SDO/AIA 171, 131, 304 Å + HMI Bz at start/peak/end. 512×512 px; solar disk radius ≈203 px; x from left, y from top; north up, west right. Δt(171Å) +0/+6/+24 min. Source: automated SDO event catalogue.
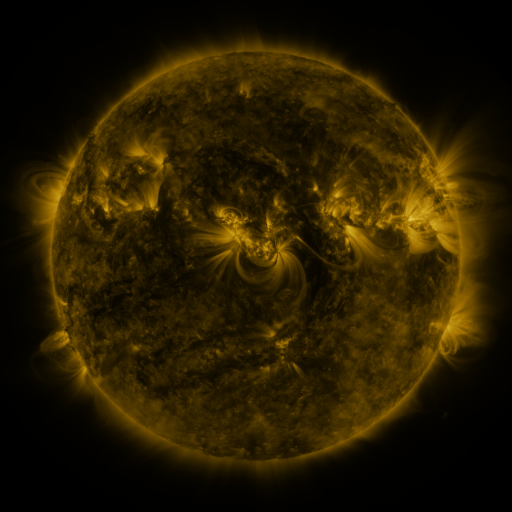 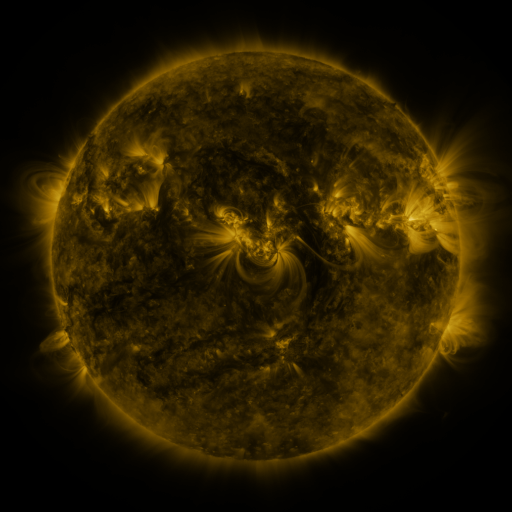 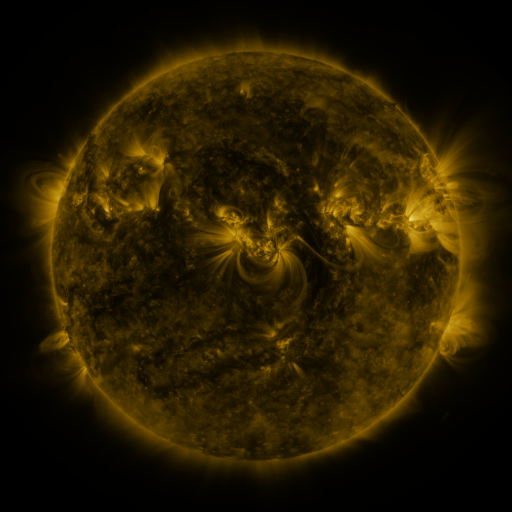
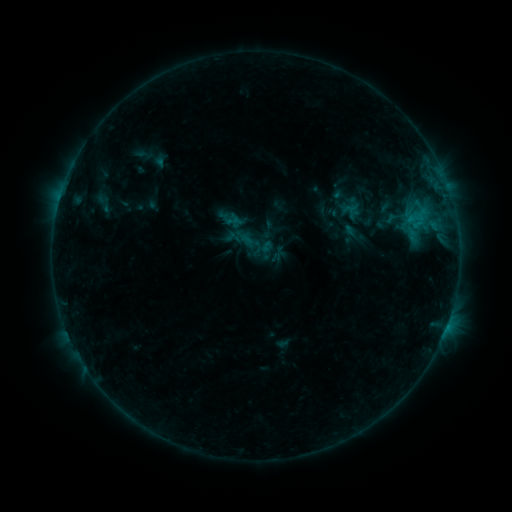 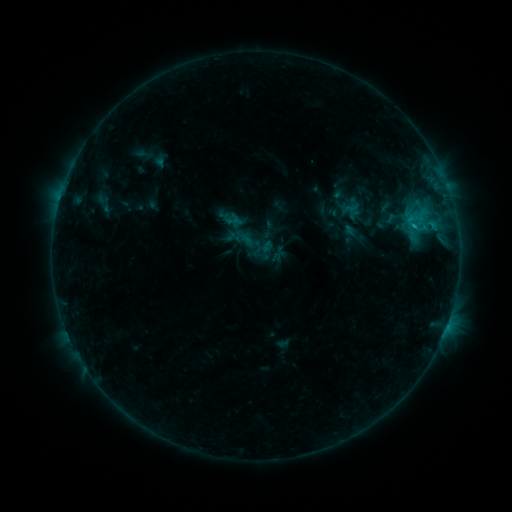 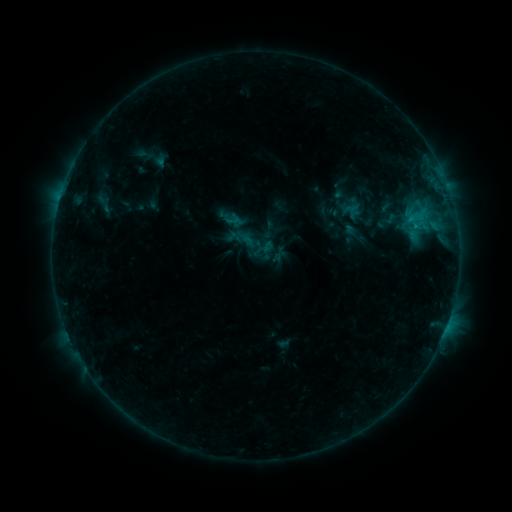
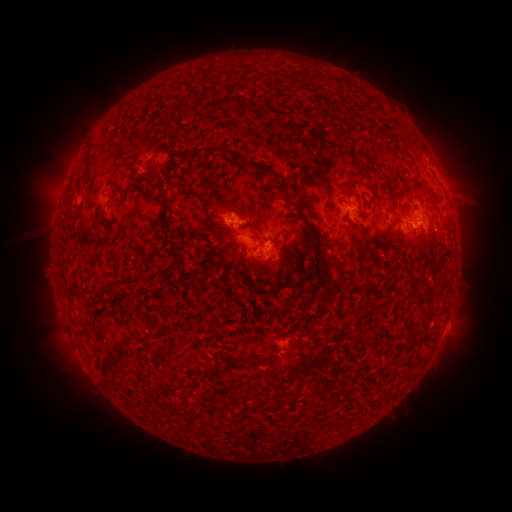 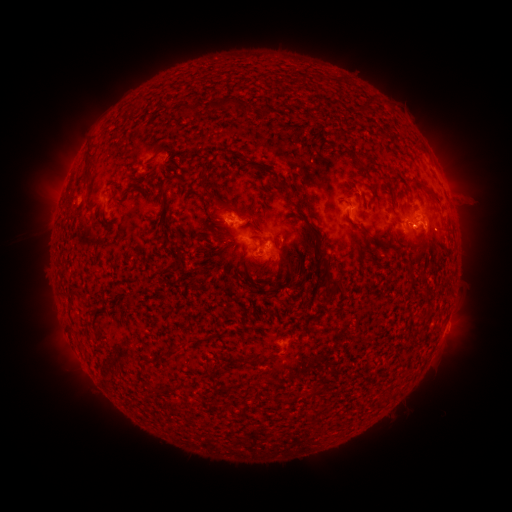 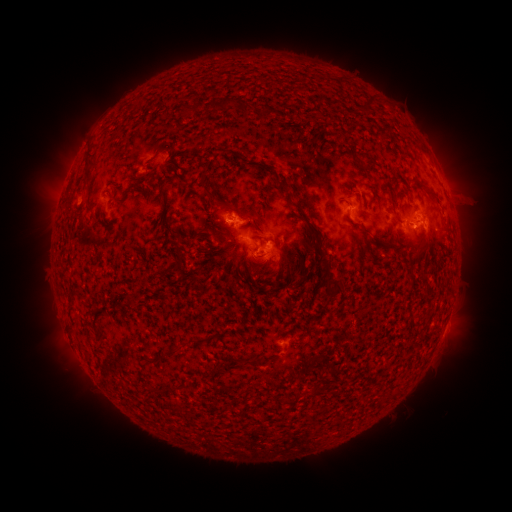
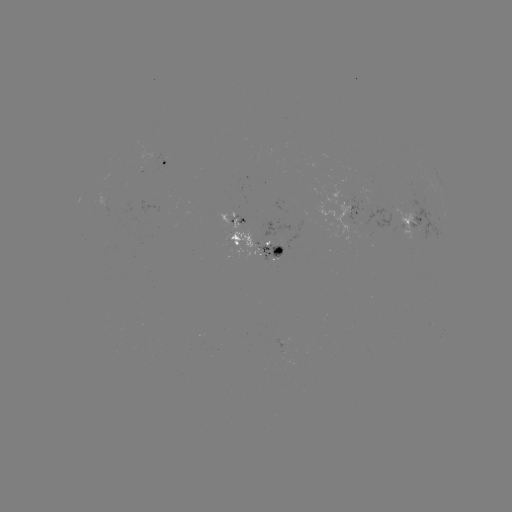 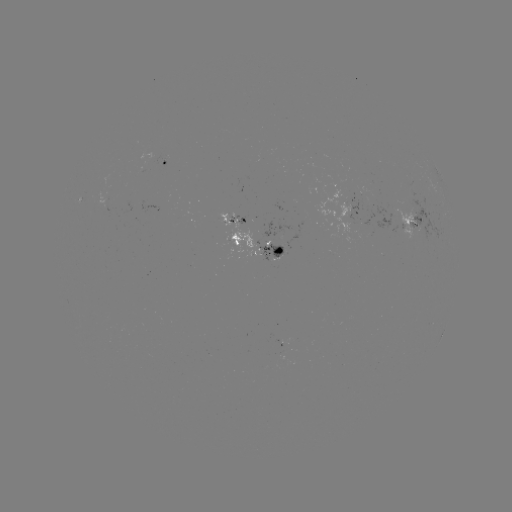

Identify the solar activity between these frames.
B8.7 flare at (413, 227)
